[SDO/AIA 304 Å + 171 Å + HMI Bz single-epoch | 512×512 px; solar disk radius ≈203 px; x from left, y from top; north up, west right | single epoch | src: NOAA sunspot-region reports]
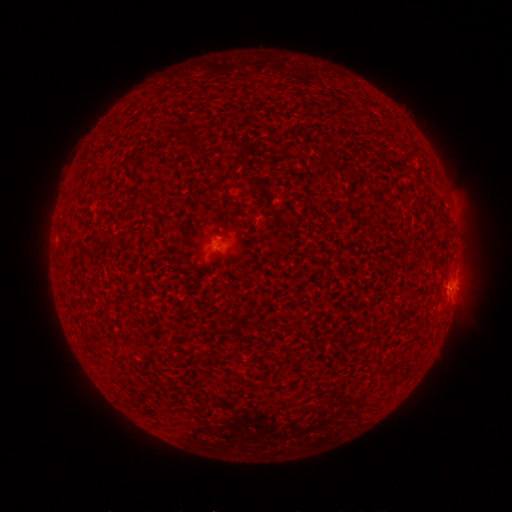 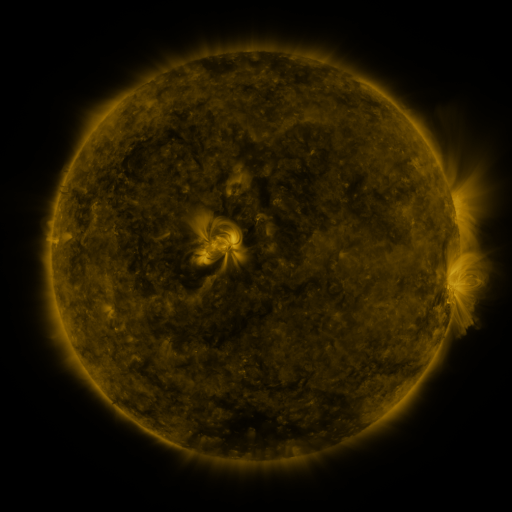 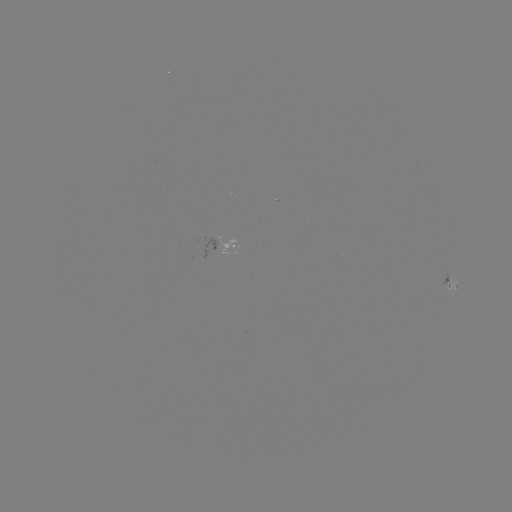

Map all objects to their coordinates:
spotted active region: (231, 244)
spotted active region: (452, 286)
